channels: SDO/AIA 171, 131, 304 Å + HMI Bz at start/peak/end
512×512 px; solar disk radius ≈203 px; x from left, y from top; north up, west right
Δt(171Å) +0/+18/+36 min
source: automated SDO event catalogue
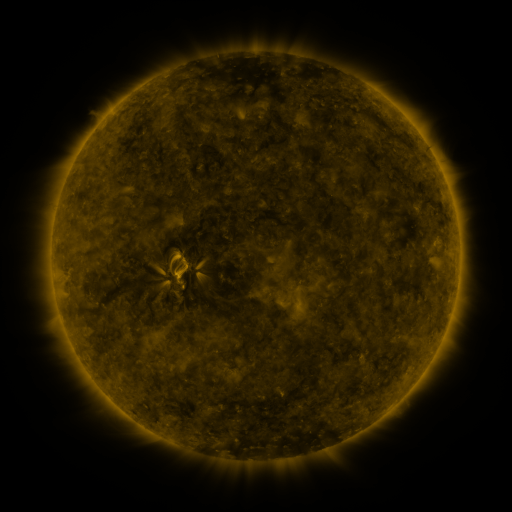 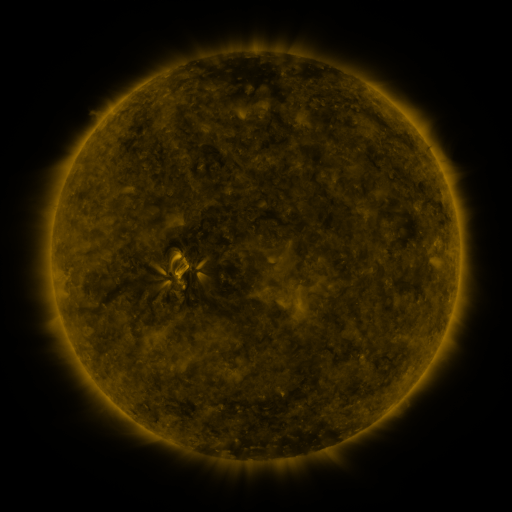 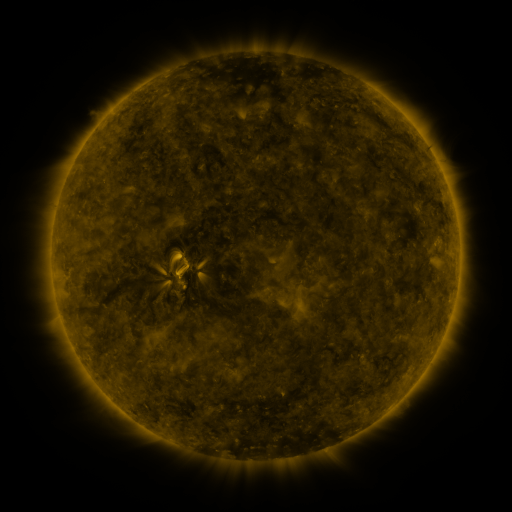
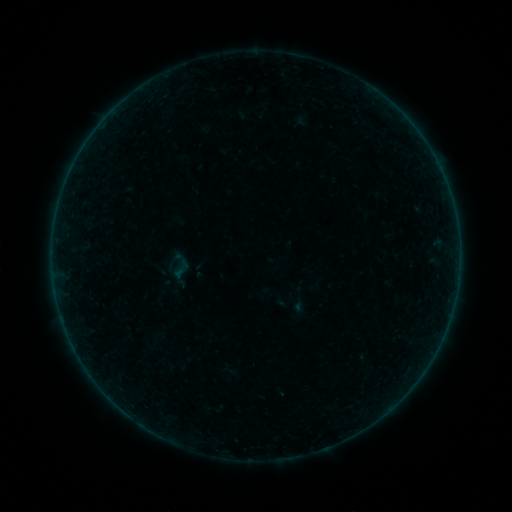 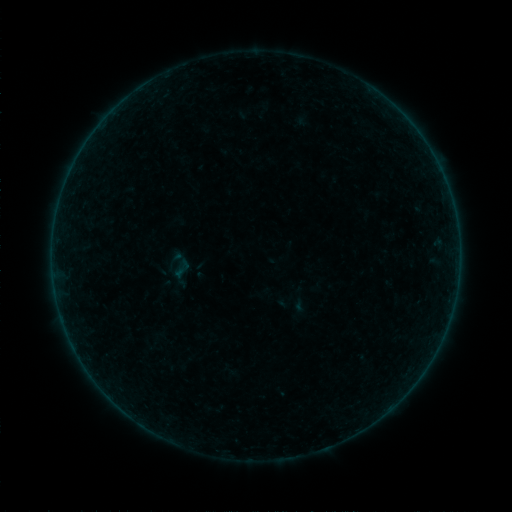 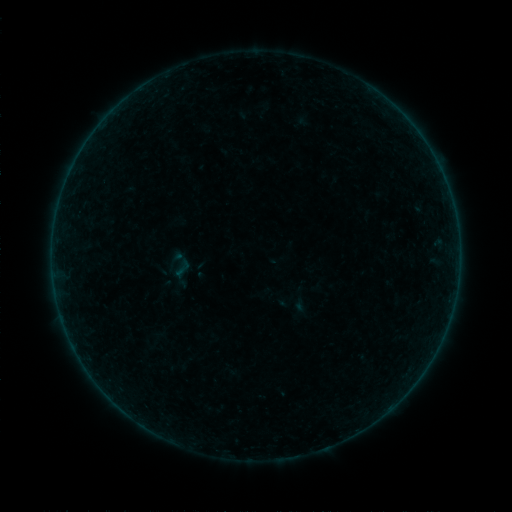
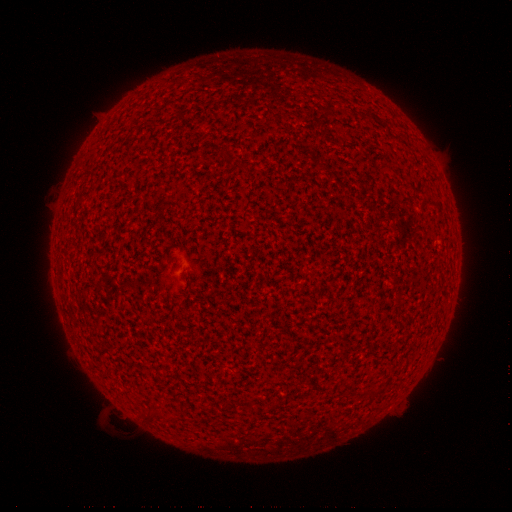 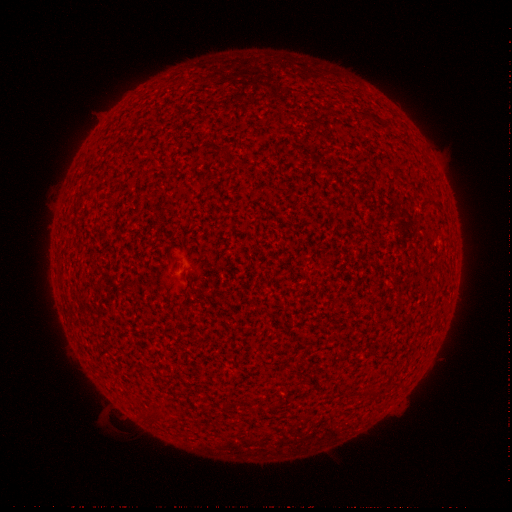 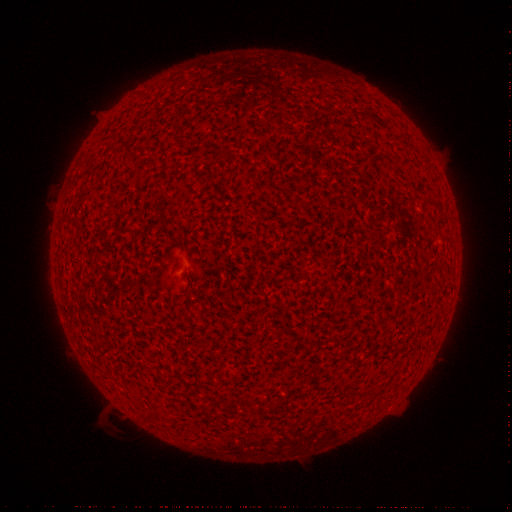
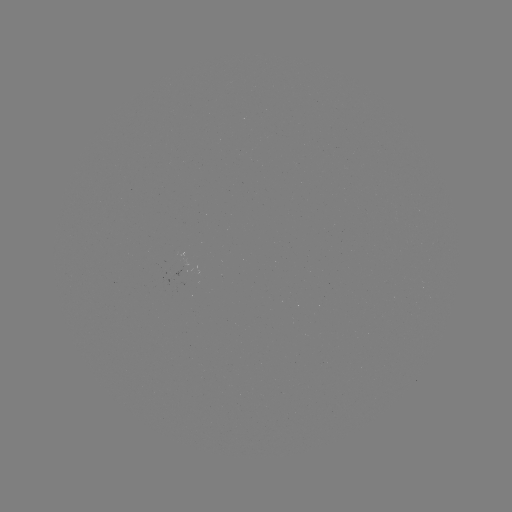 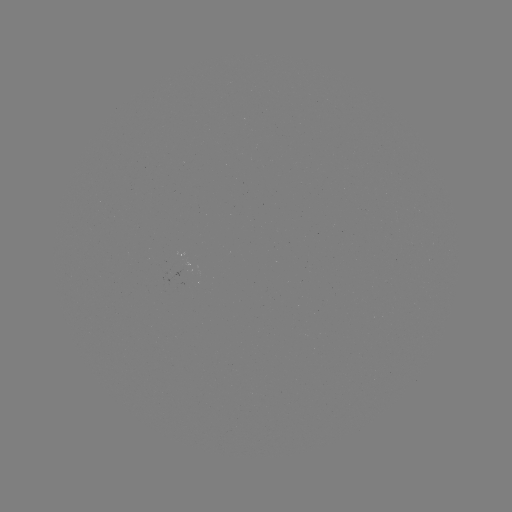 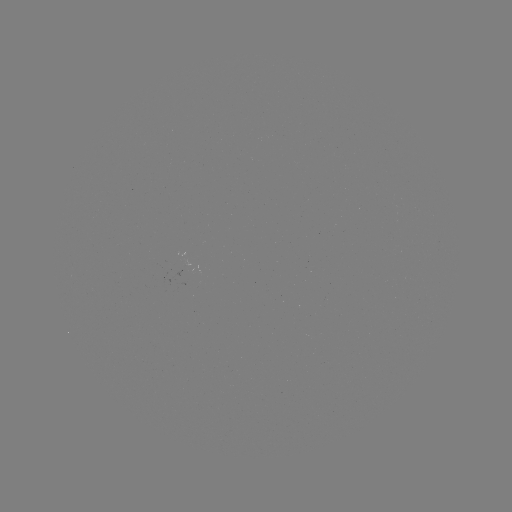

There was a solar flare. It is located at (179, 254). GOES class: A2.6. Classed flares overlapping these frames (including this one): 1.